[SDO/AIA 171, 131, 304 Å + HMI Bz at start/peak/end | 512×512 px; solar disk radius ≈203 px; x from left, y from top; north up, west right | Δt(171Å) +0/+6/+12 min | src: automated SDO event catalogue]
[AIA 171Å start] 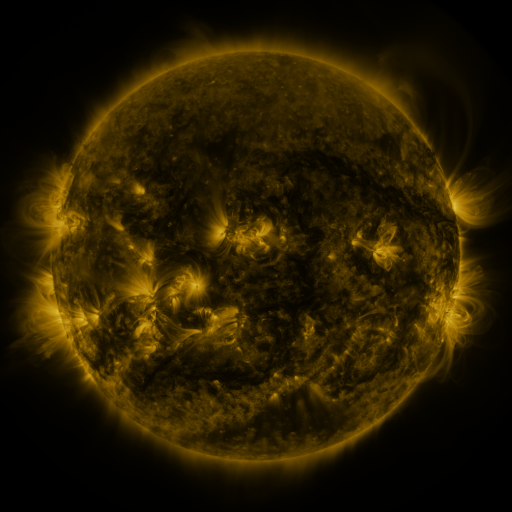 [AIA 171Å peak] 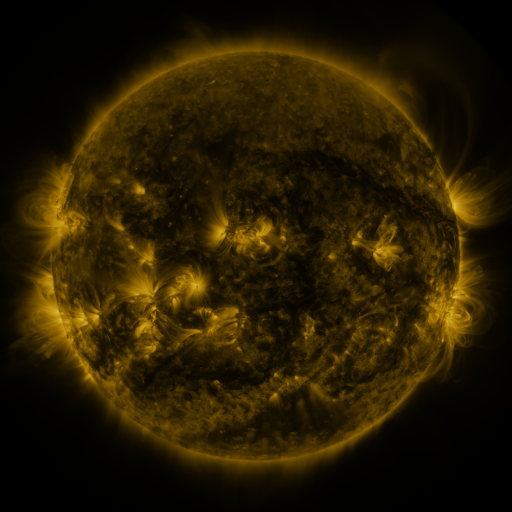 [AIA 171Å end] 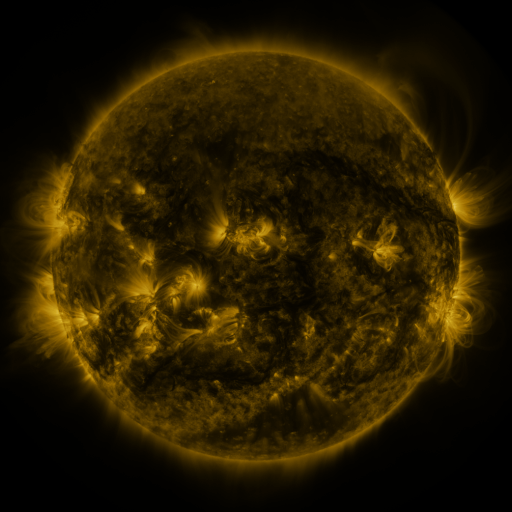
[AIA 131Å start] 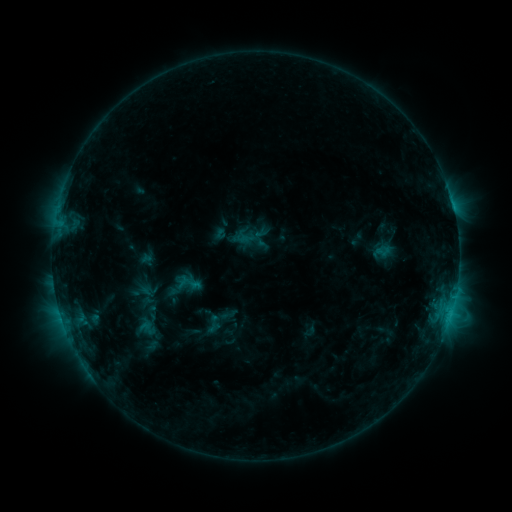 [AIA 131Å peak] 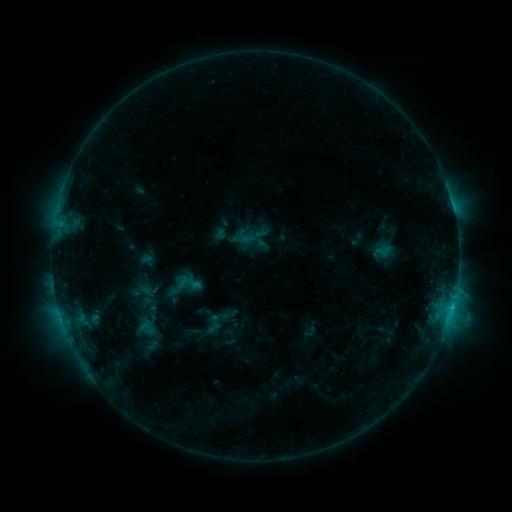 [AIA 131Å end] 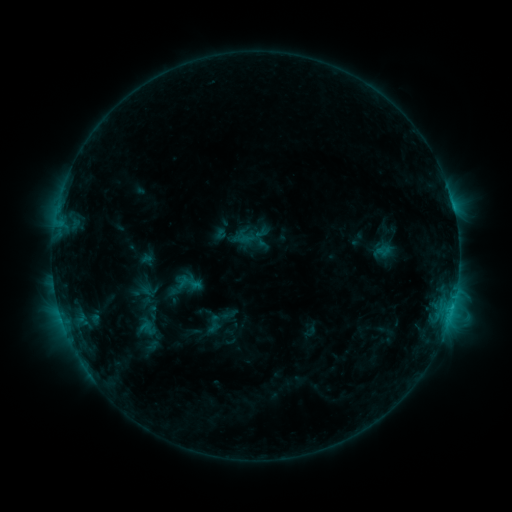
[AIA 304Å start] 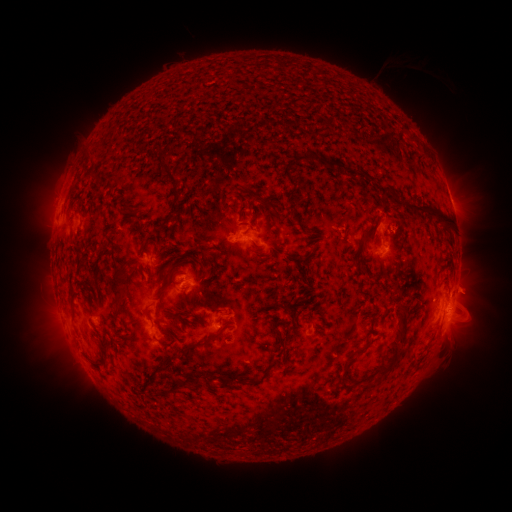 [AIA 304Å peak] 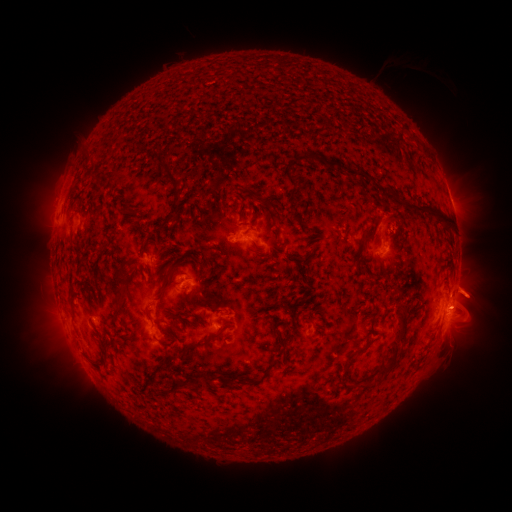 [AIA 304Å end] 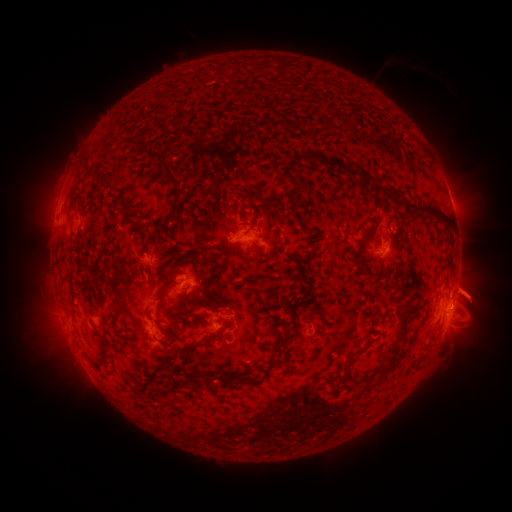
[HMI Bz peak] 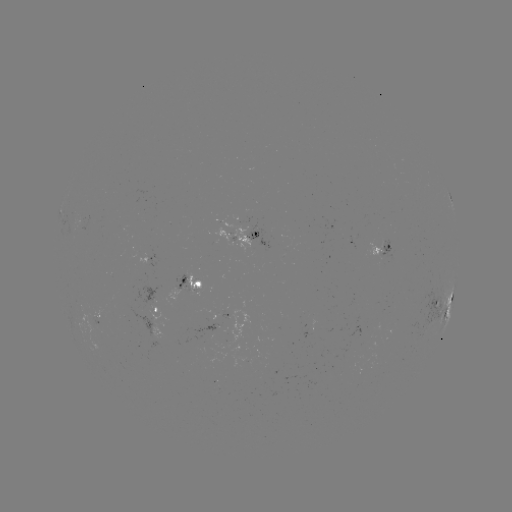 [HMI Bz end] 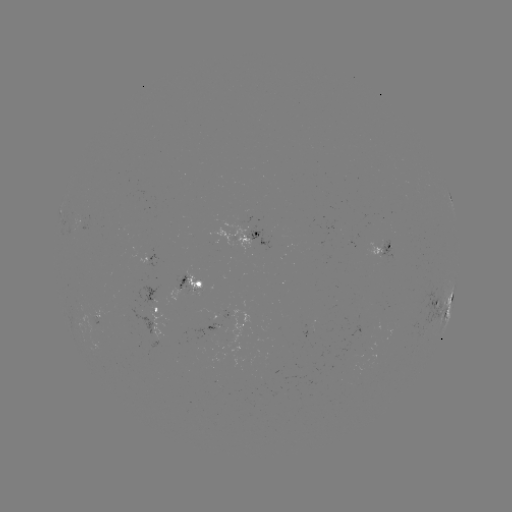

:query eruption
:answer (478, 294)